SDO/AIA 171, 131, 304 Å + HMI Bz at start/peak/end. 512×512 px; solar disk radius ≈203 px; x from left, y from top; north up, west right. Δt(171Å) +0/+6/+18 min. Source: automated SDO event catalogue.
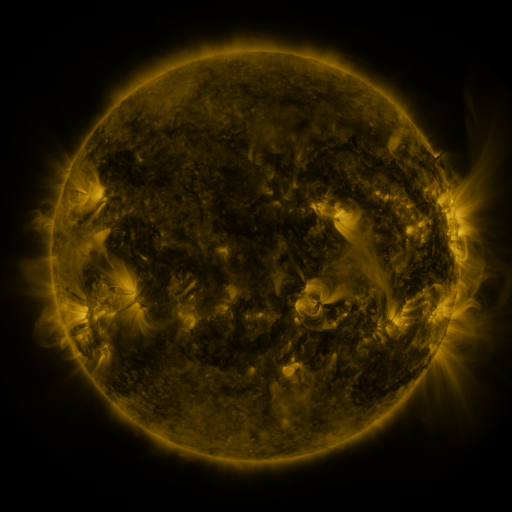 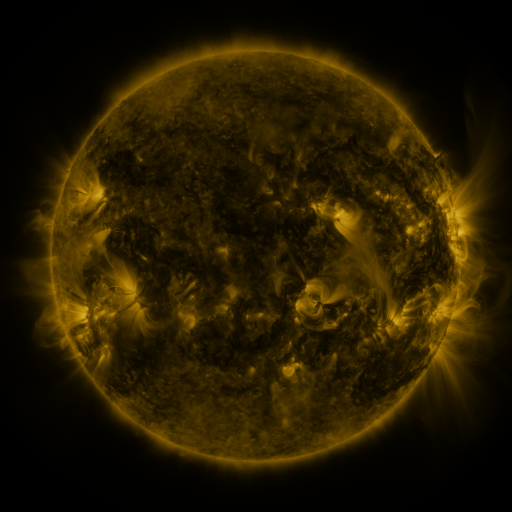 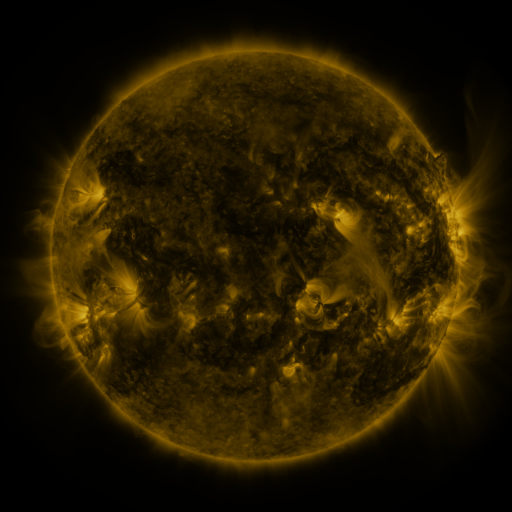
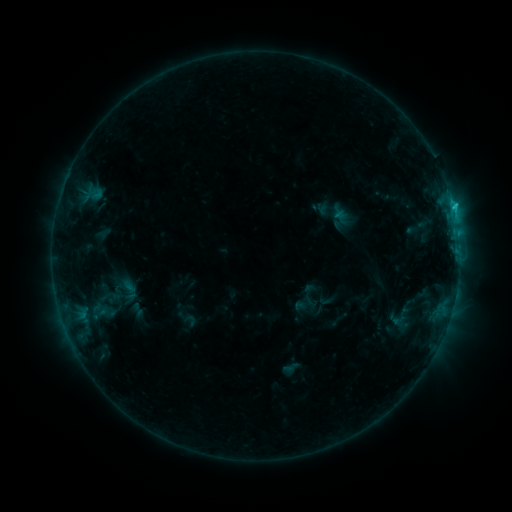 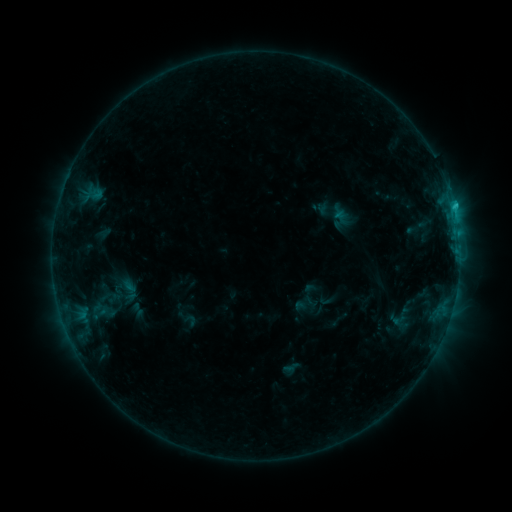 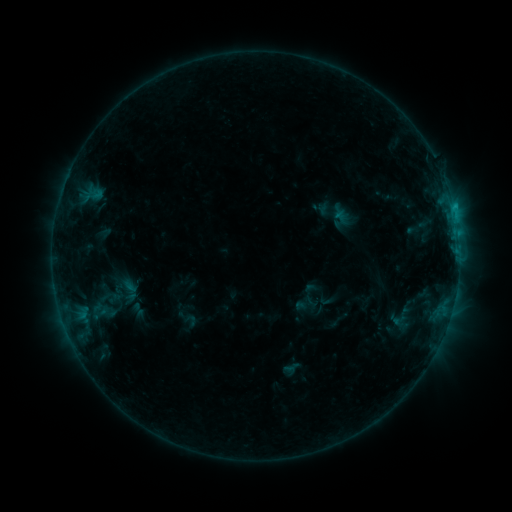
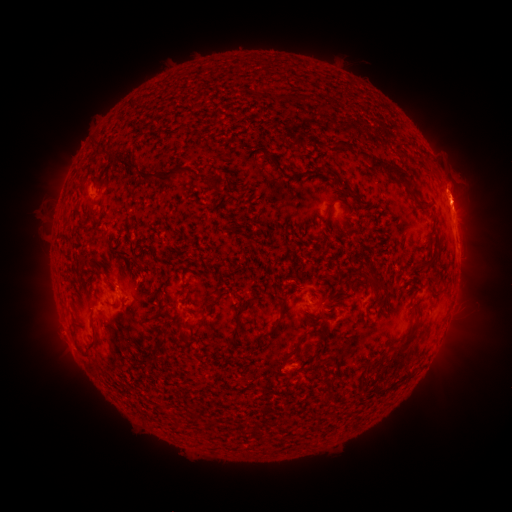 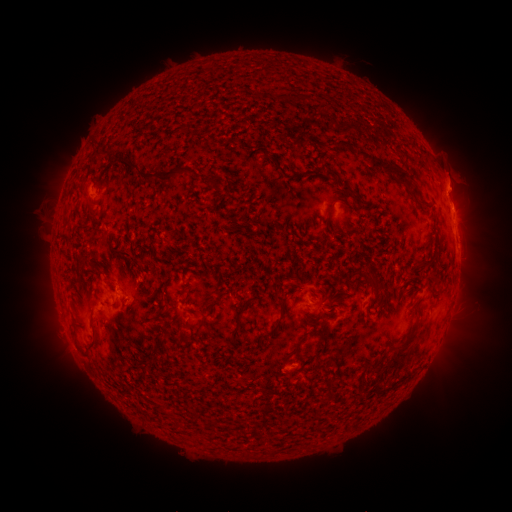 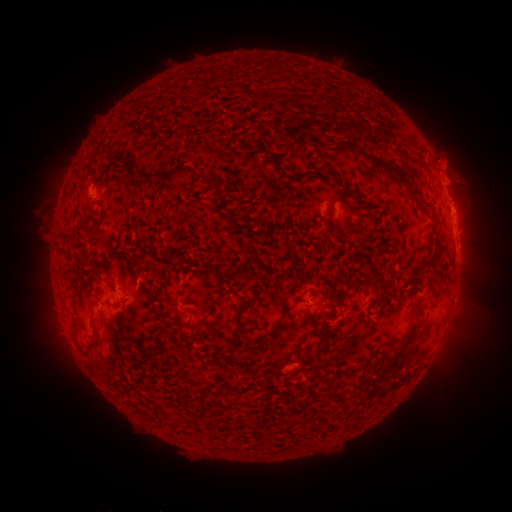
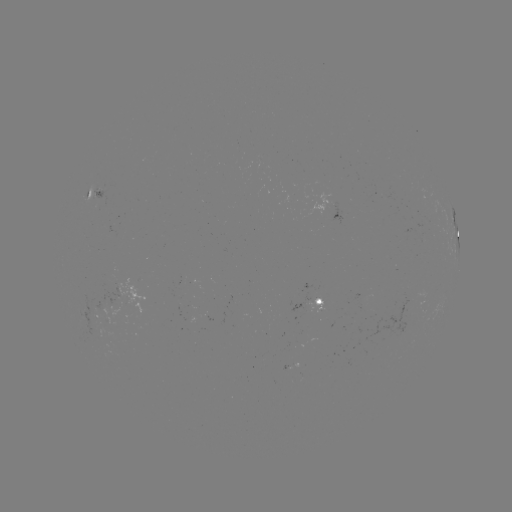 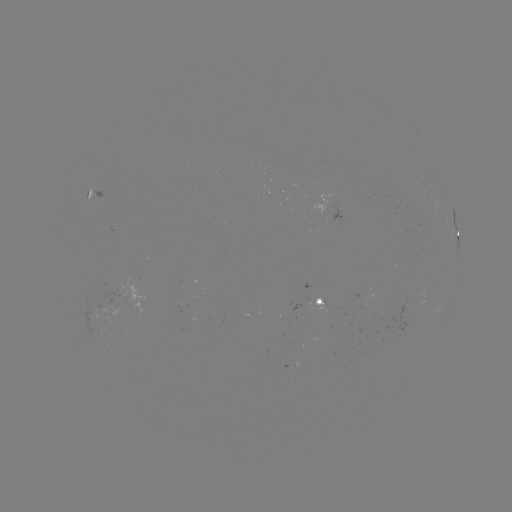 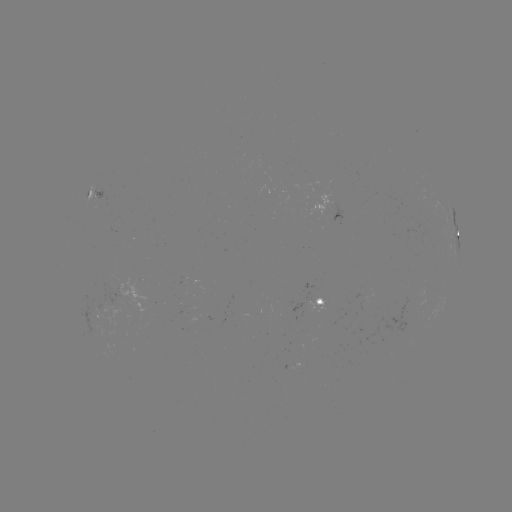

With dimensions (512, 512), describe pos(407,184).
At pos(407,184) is eruption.